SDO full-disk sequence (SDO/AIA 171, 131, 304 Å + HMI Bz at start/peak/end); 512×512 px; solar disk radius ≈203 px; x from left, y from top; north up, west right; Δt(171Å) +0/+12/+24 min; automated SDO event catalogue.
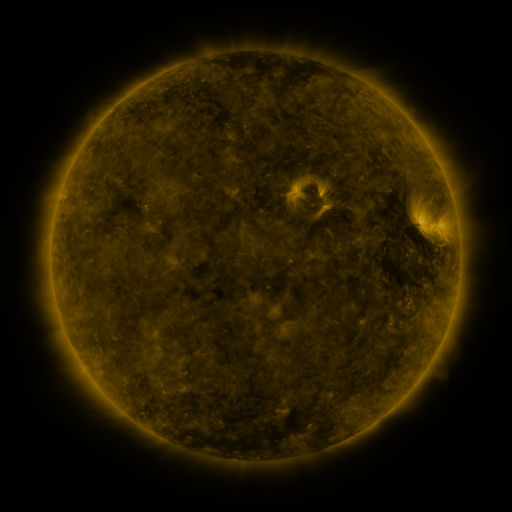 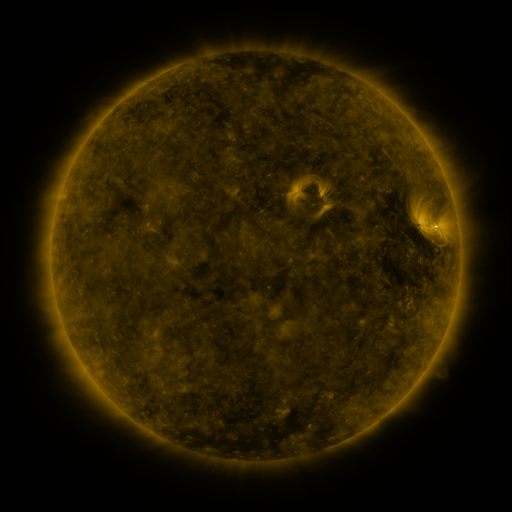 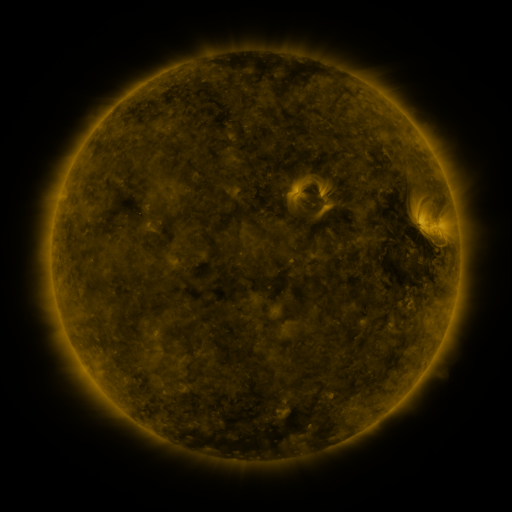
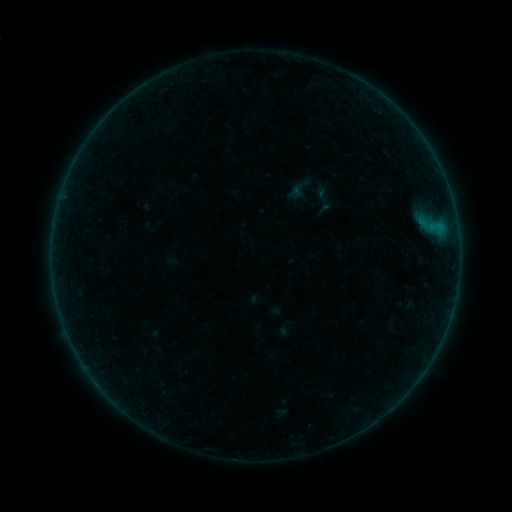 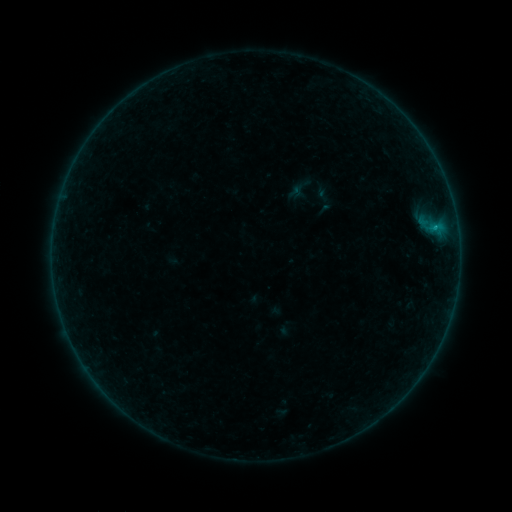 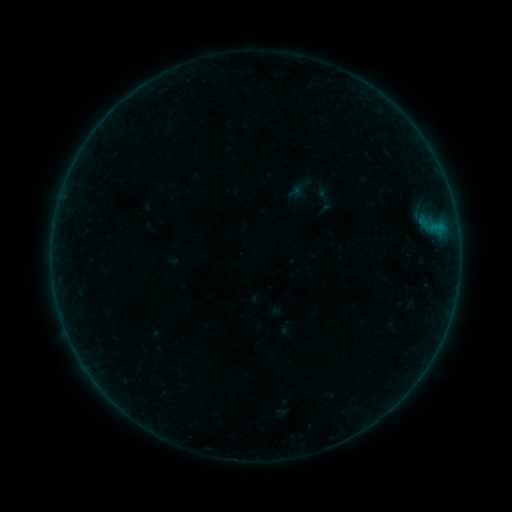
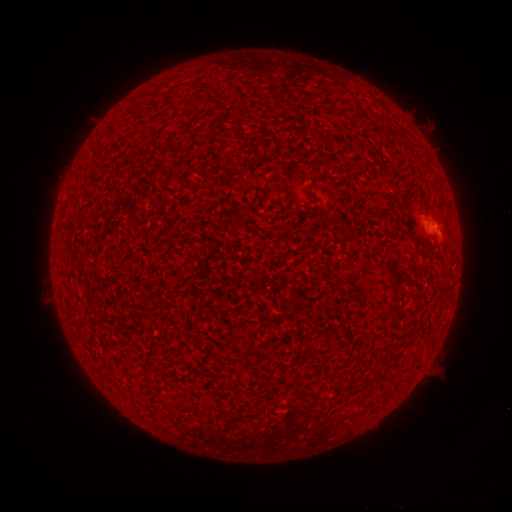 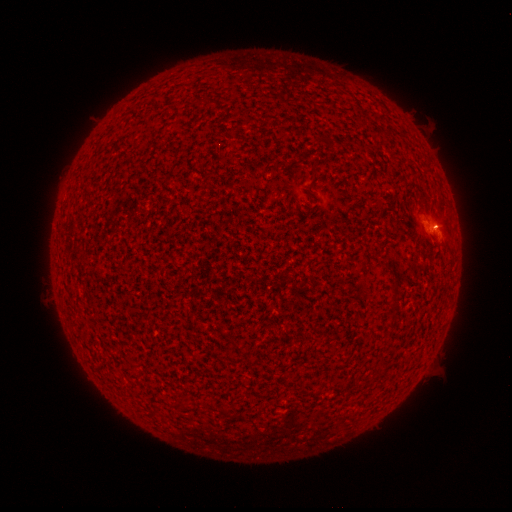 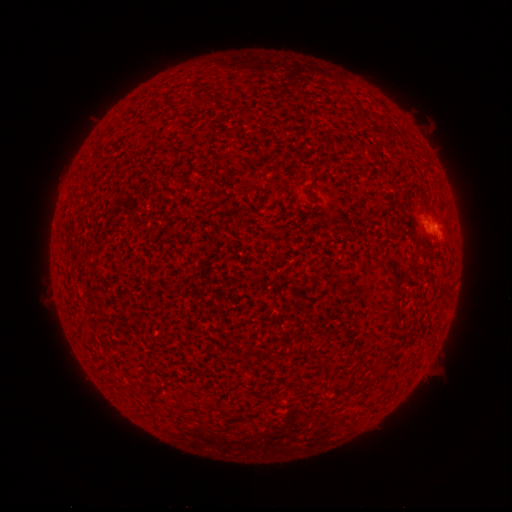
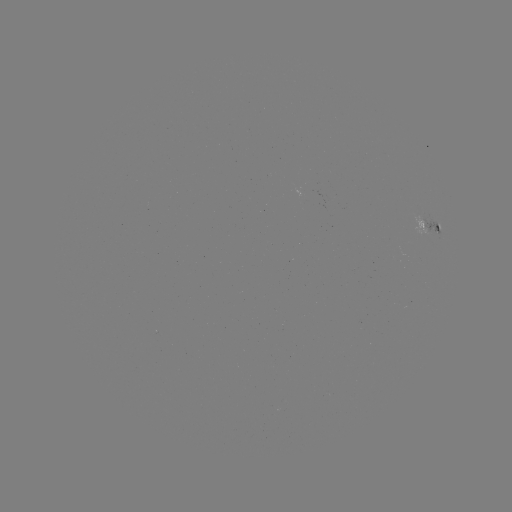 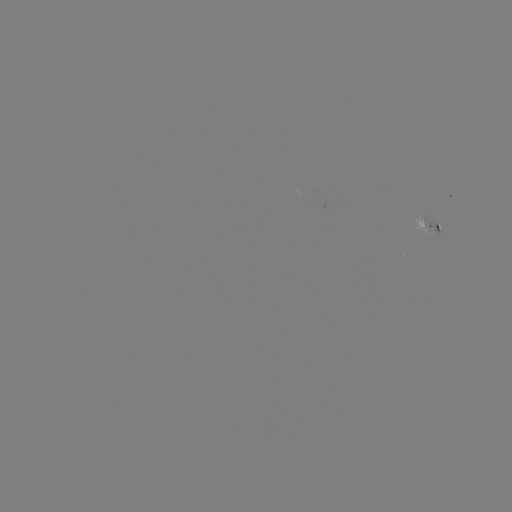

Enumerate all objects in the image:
B1.9 flare: (435, 228)
